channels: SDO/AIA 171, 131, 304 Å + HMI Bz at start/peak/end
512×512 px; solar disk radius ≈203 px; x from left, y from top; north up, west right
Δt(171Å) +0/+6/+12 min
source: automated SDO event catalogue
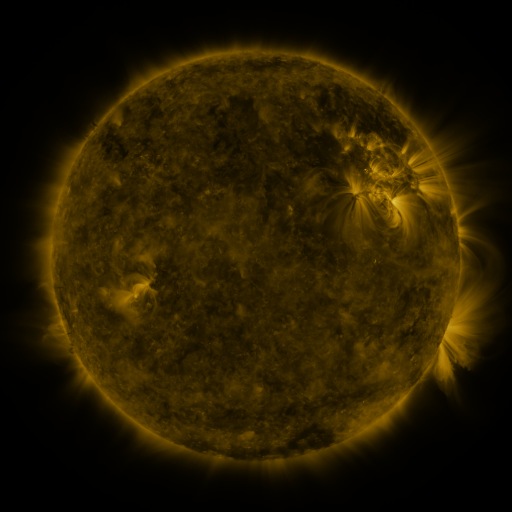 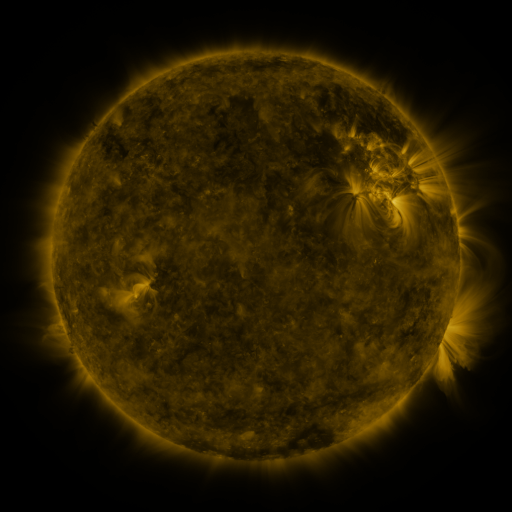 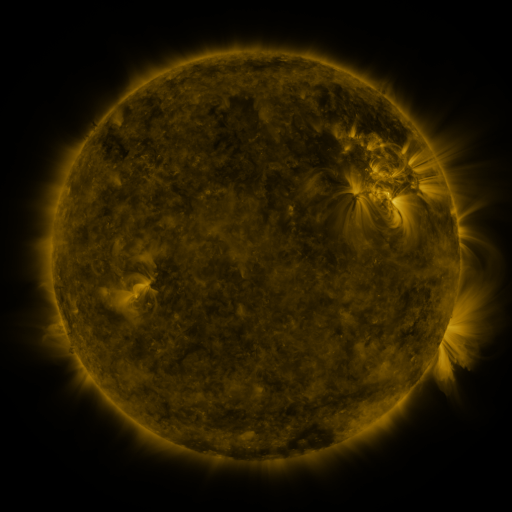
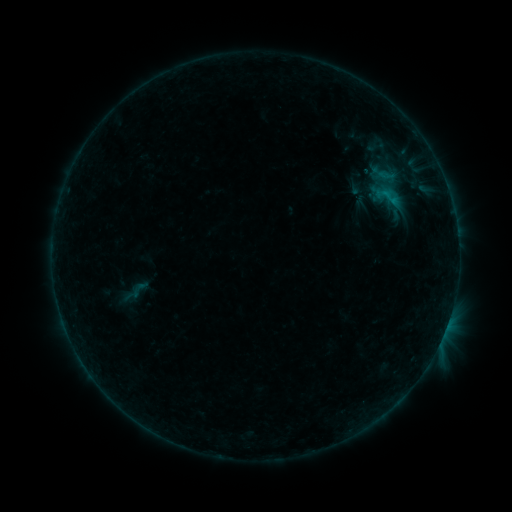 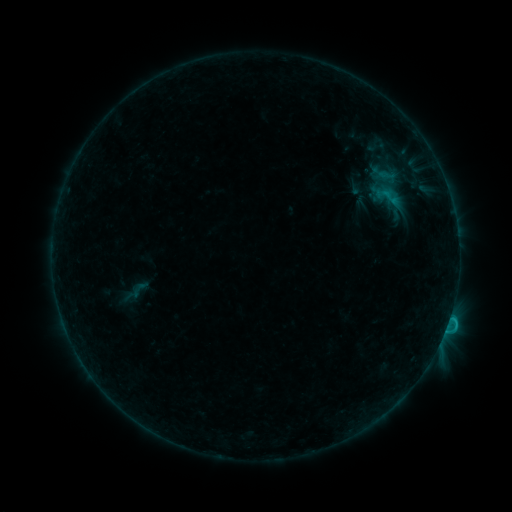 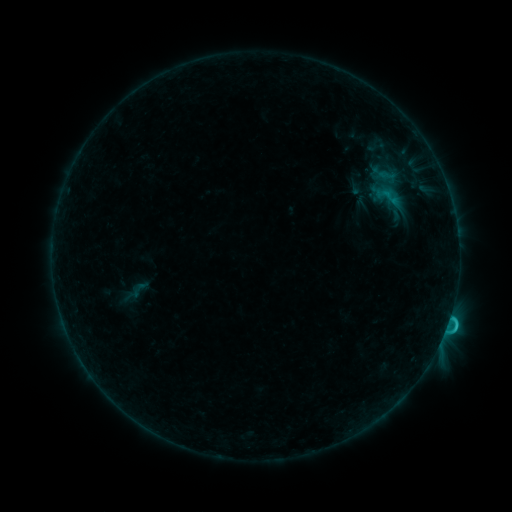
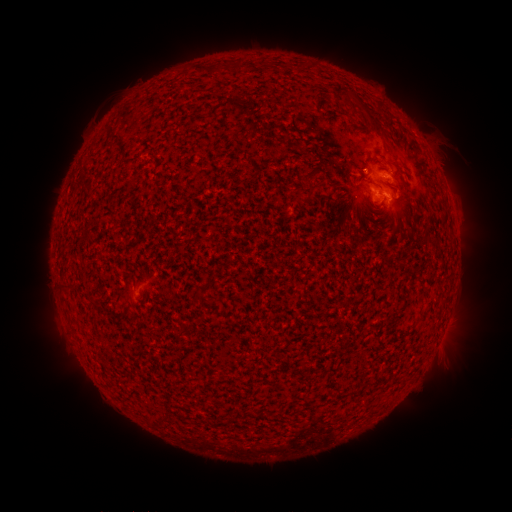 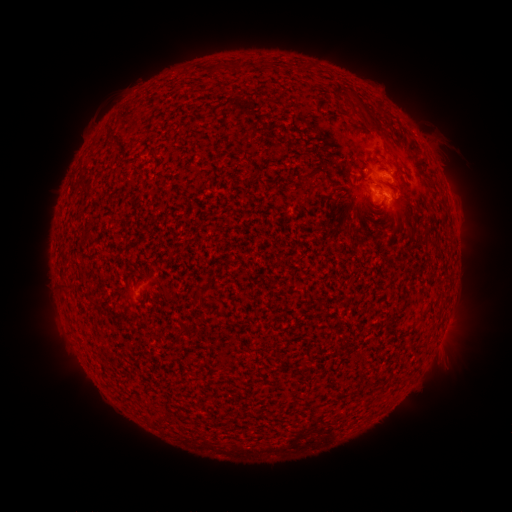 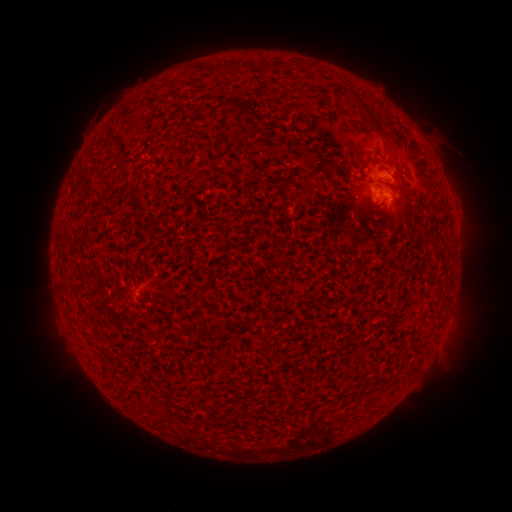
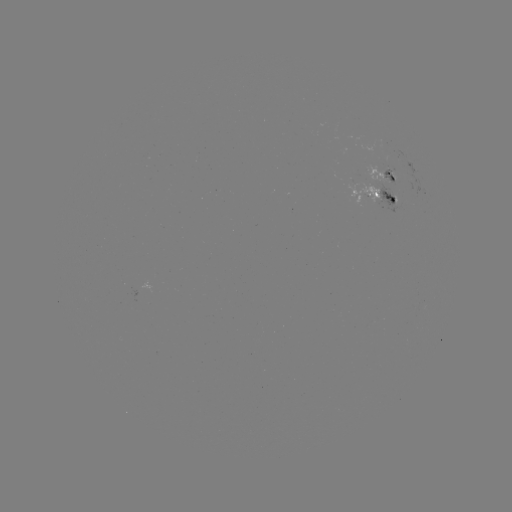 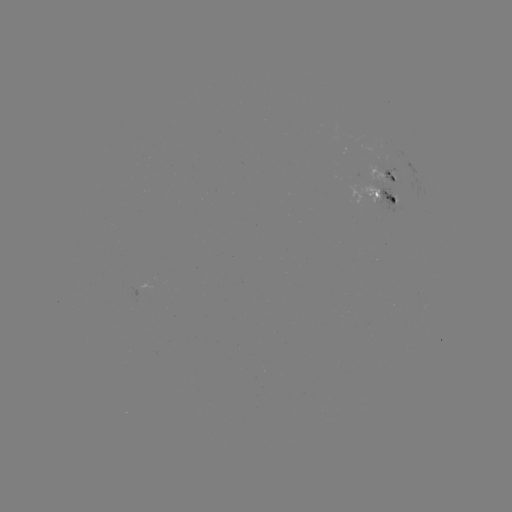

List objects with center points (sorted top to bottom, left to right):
C1.4 flare: (445, 327)
